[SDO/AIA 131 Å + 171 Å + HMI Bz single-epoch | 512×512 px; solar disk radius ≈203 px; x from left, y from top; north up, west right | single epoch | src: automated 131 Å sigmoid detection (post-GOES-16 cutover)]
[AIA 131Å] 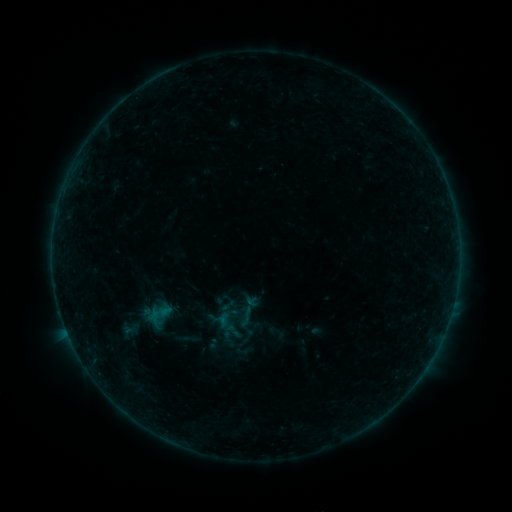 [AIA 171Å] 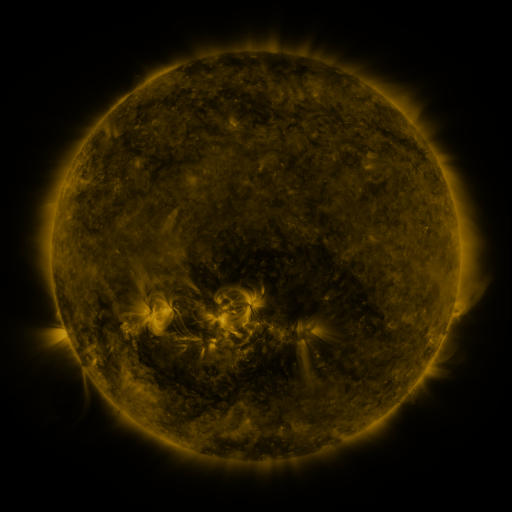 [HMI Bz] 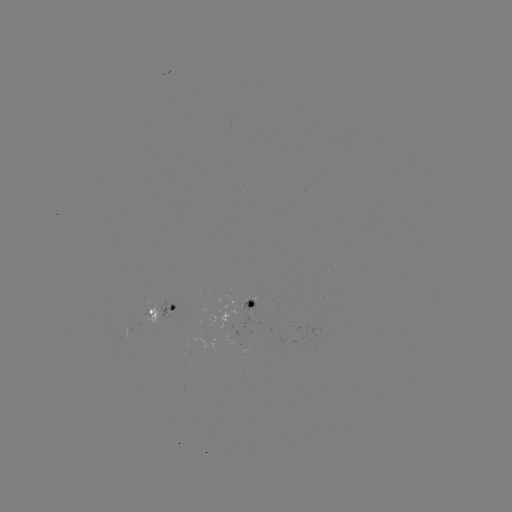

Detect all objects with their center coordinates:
sigmoid: (246, 316)
sigmoid: (234, 331)
